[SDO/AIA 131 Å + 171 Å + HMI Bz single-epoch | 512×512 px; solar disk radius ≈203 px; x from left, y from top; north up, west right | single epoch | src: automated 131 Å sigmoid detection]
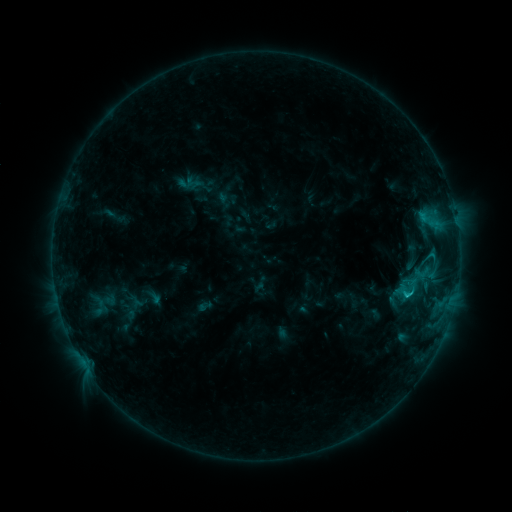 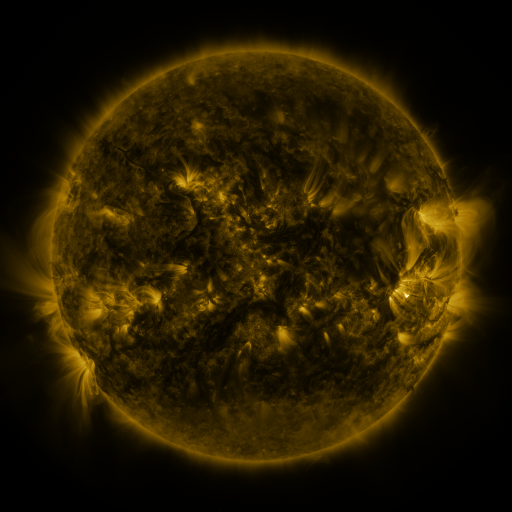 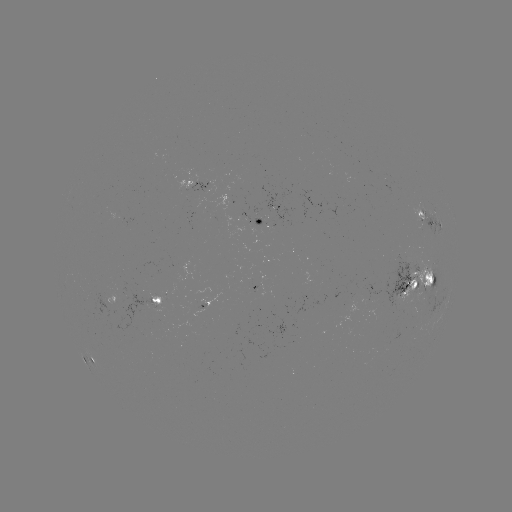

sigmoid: <bbox>398, 272, 424, 302</bbox>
